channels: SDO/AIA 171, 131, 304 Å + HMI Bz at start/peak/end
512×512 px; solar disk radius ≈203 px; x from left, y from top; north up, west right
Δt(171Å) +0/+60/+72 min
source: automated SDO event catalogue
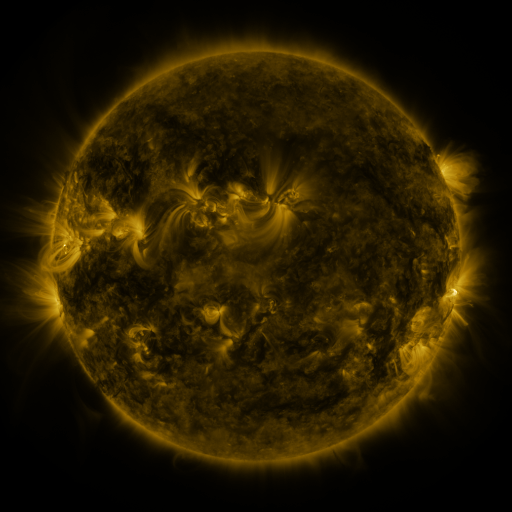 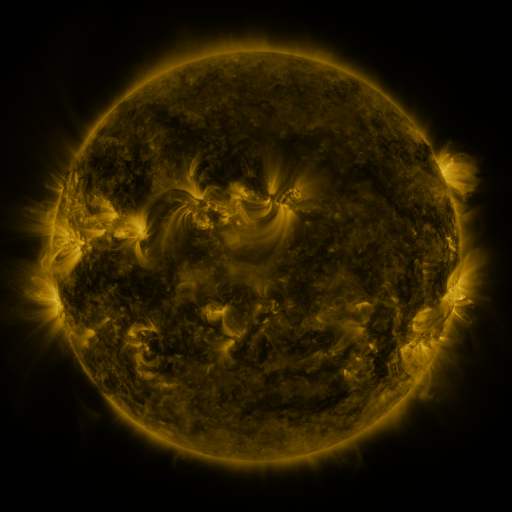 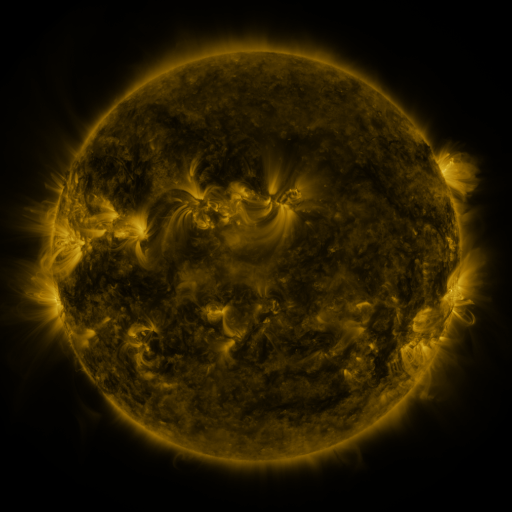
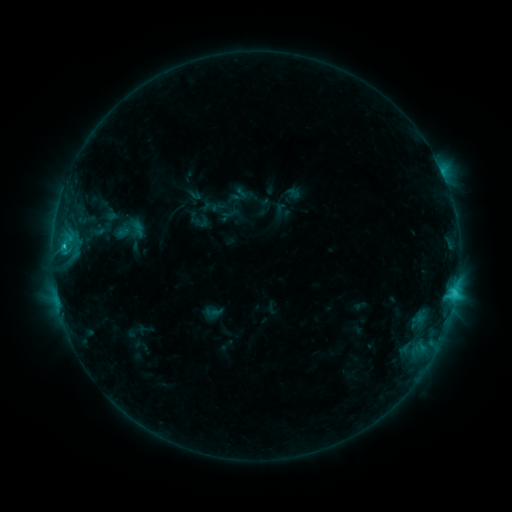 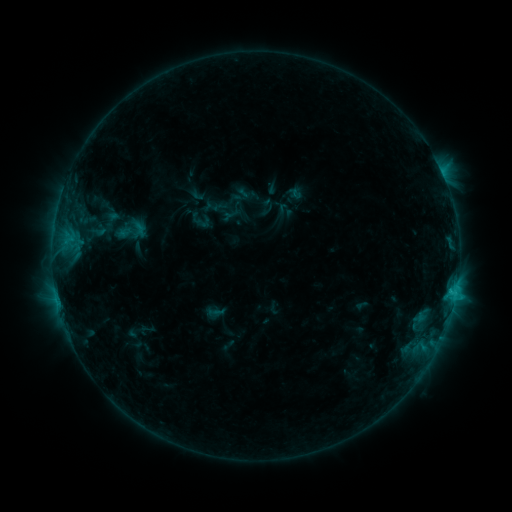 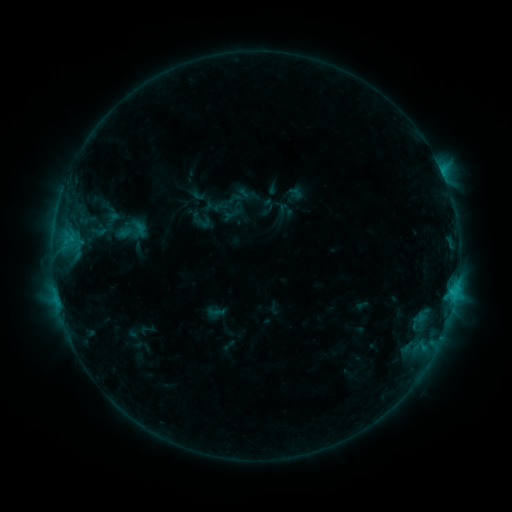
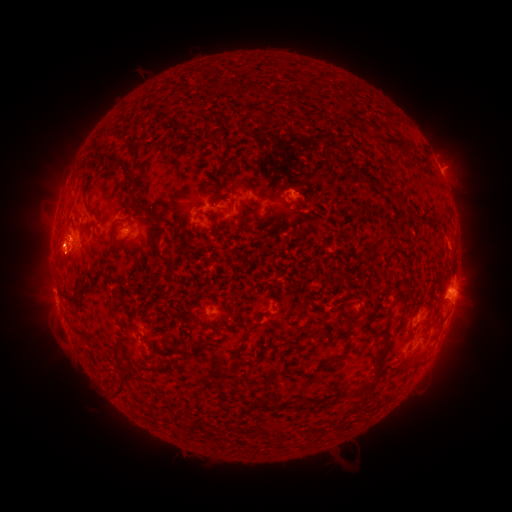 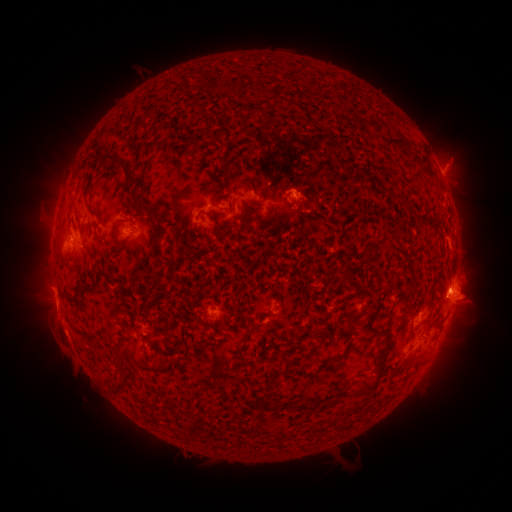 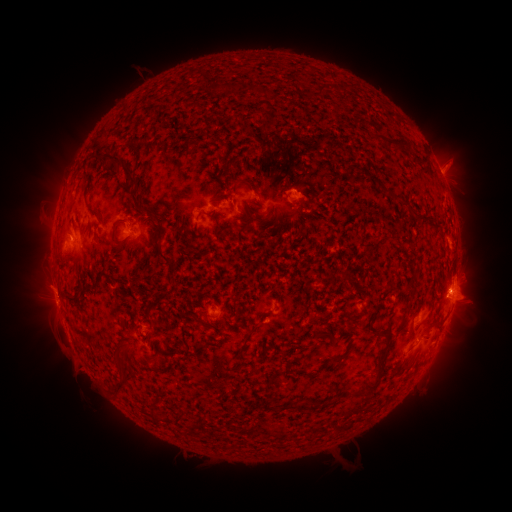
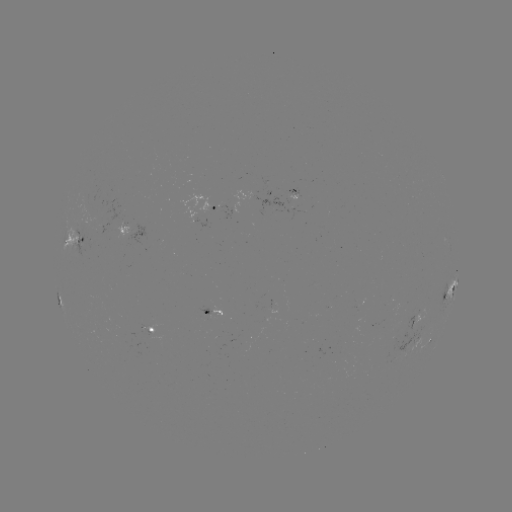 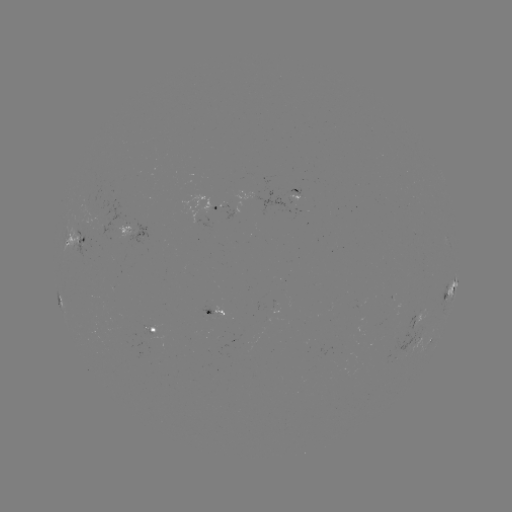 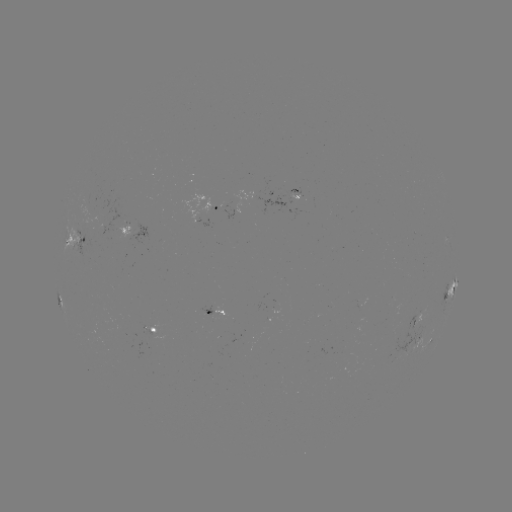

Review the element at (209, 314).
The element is emerging-flux region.